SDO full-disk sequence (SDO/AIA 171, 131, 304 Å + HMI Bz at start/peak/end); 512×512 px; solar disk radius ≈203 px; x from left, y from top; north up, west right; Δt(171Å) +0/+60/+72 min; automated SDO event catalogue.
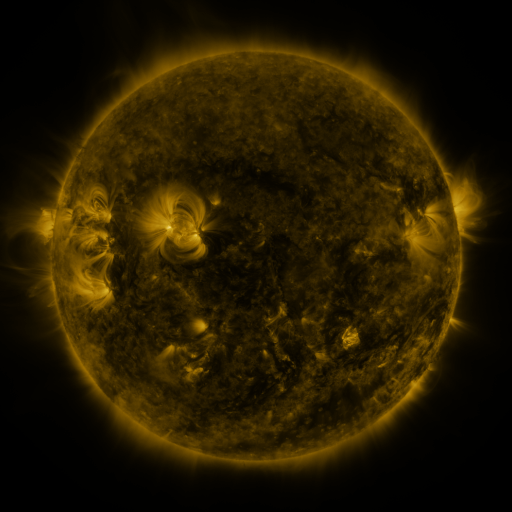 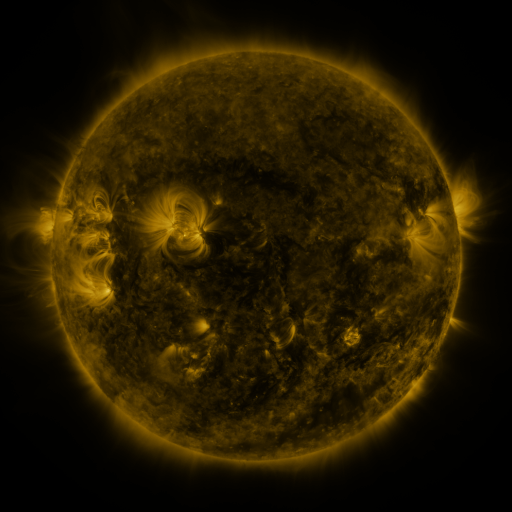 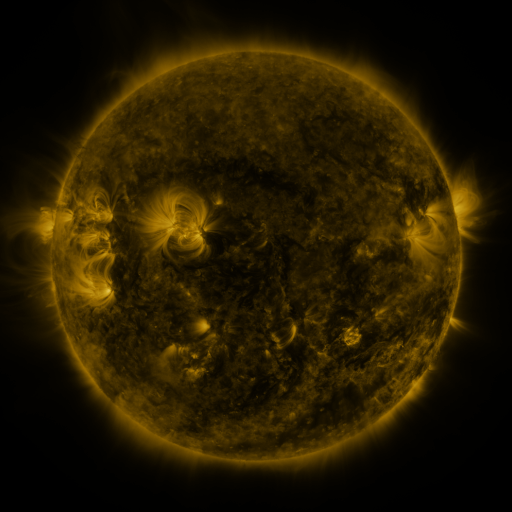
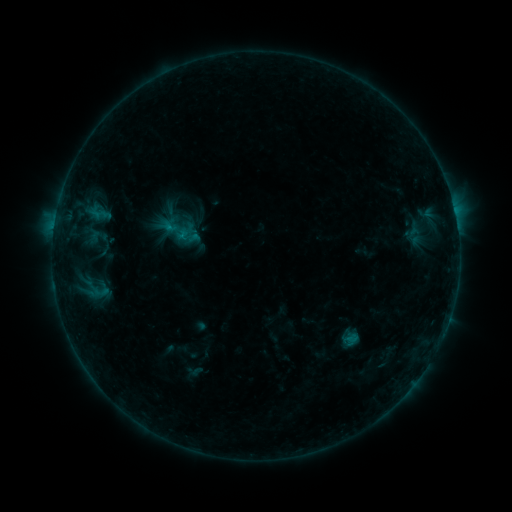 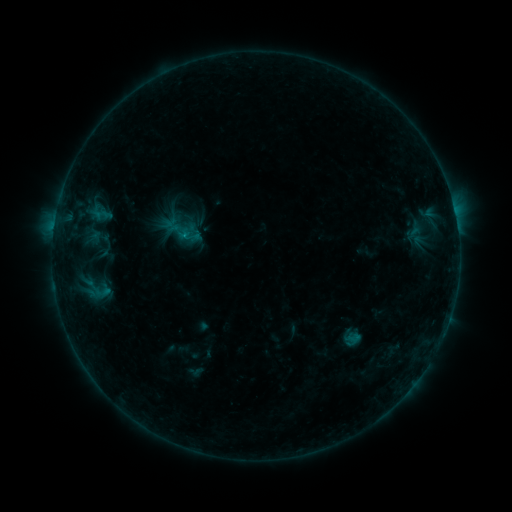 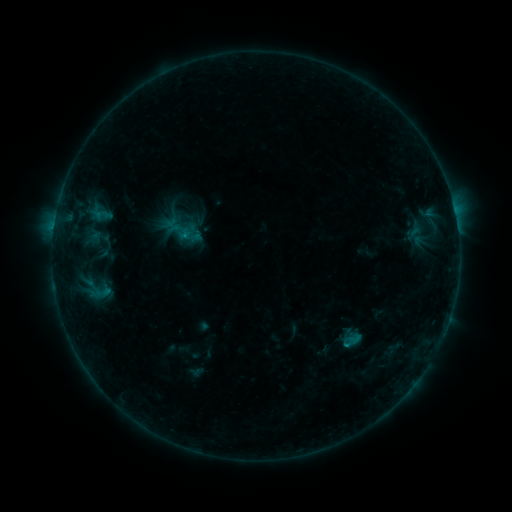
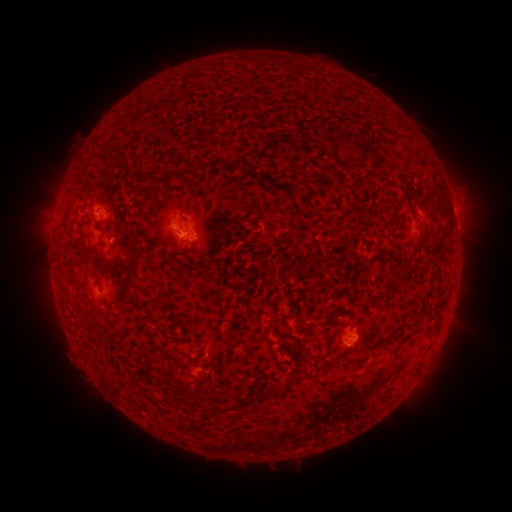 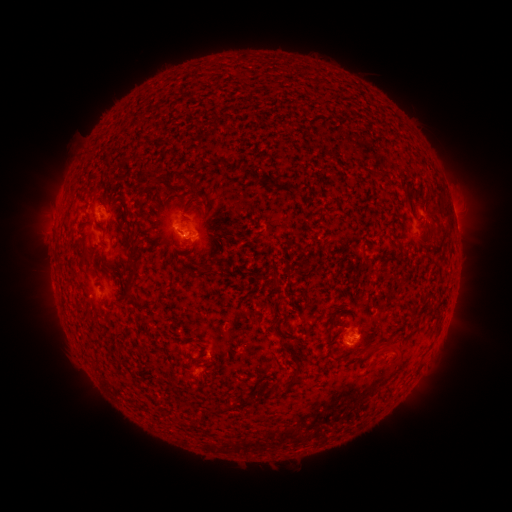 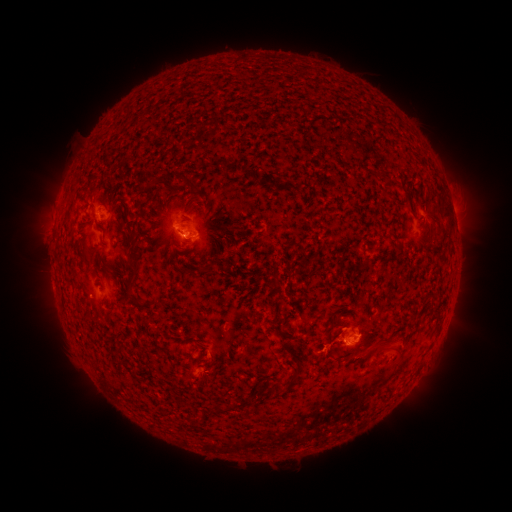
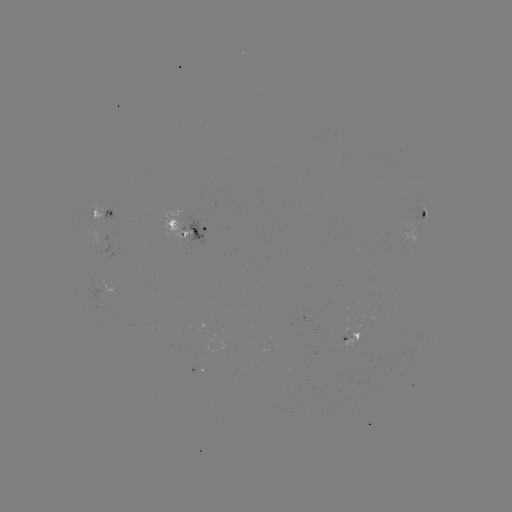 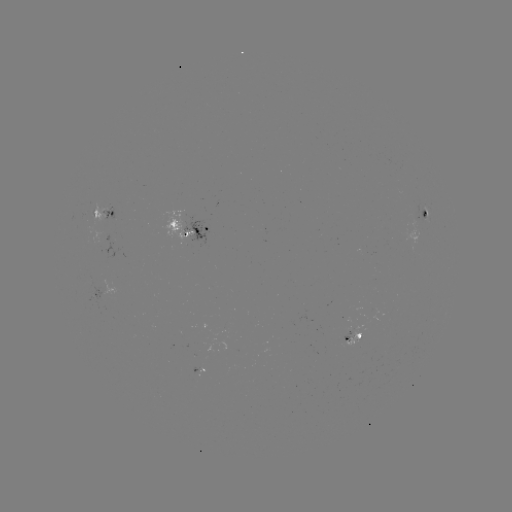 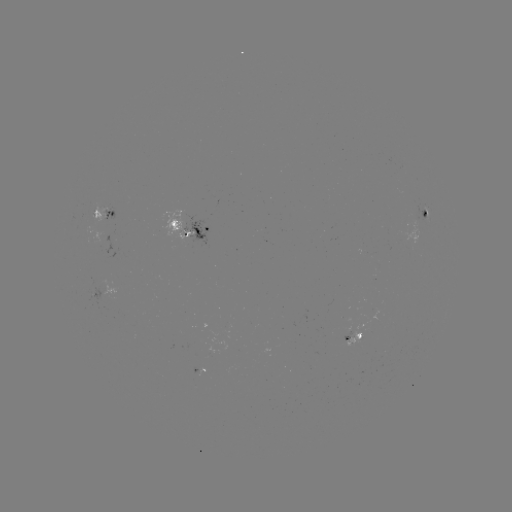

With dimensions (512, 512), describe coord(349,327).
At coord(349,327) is emerging-flux region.